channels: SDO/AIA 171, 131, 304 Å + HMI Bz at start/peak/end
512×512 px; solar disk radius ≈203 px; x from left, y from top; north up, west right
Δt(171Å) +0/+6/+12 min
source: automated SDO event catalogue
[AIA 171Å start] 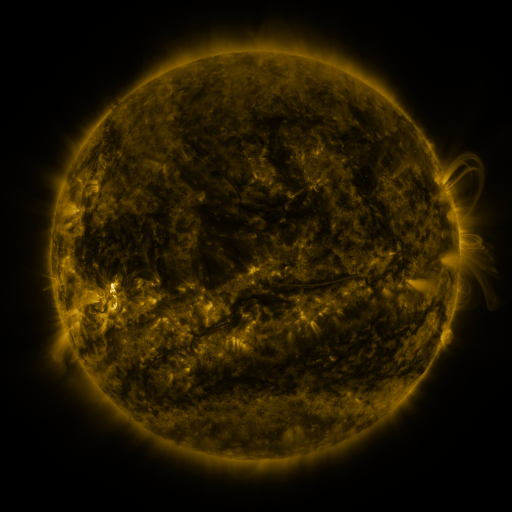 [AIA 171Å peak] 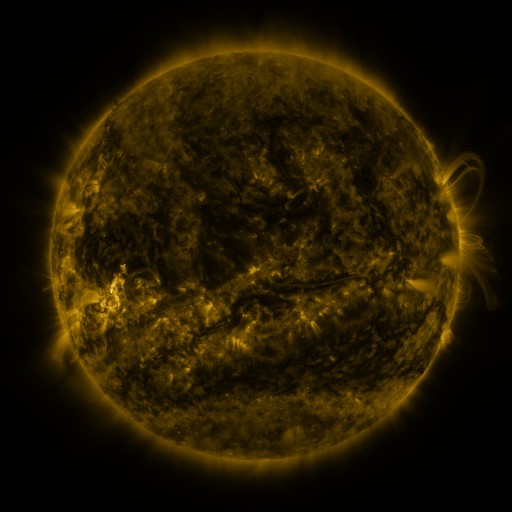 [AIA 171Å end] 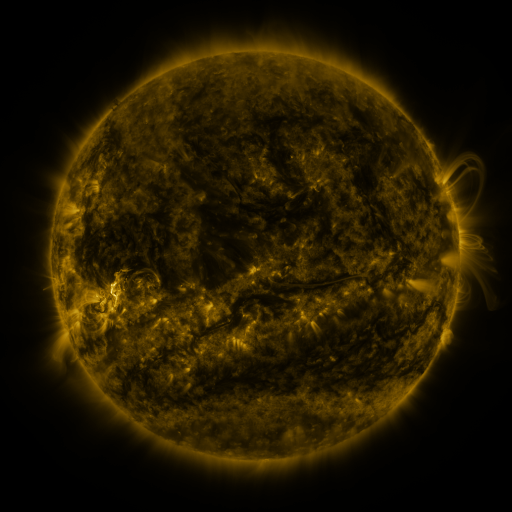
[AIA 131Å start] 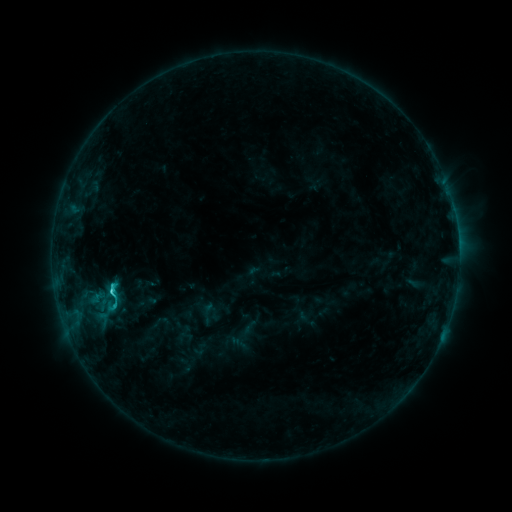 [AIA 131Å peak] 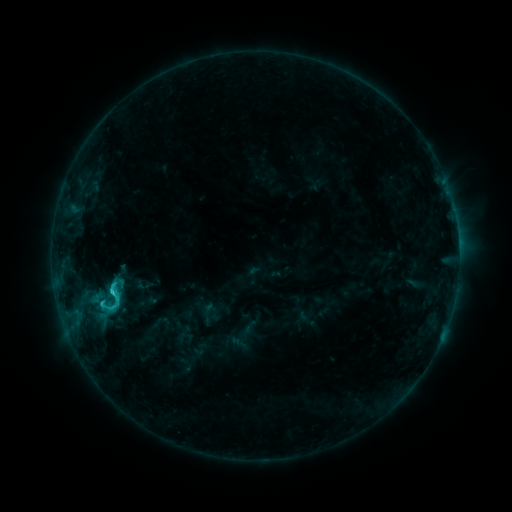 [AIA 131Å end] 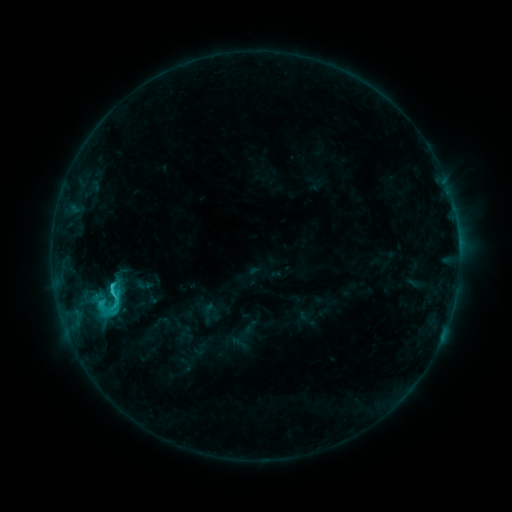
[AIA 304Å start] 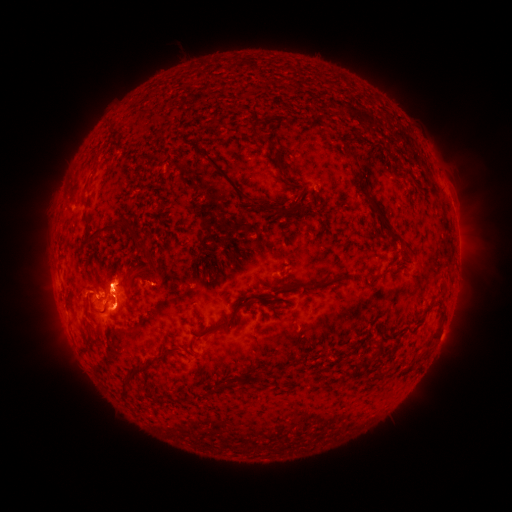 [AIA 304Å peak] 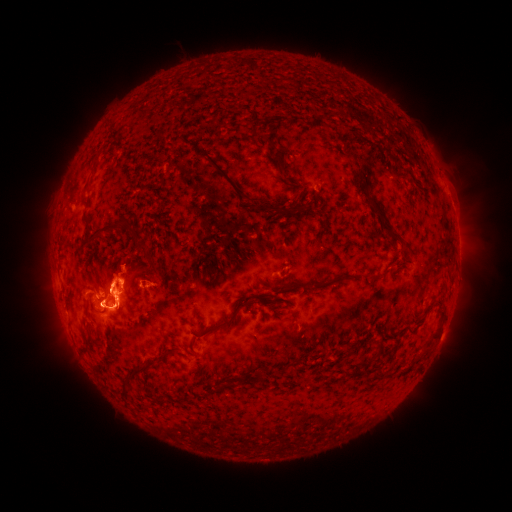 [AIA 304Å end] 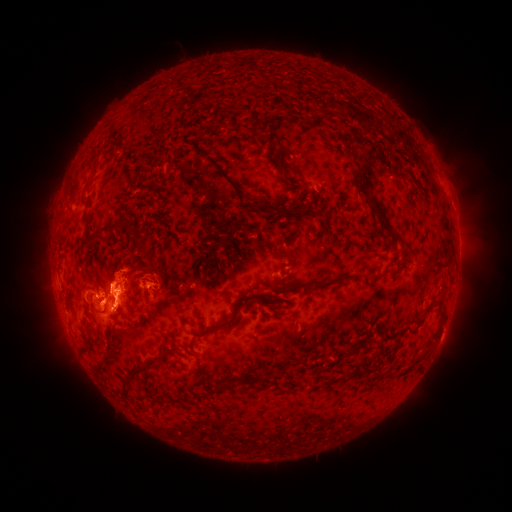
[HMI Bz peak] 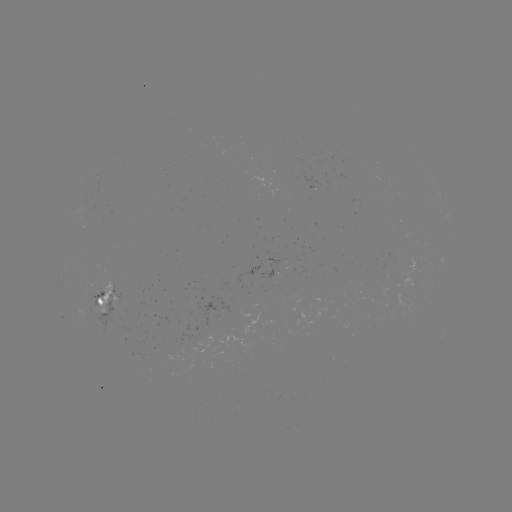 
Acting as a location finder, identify eruption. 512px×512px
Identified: (48, 312).